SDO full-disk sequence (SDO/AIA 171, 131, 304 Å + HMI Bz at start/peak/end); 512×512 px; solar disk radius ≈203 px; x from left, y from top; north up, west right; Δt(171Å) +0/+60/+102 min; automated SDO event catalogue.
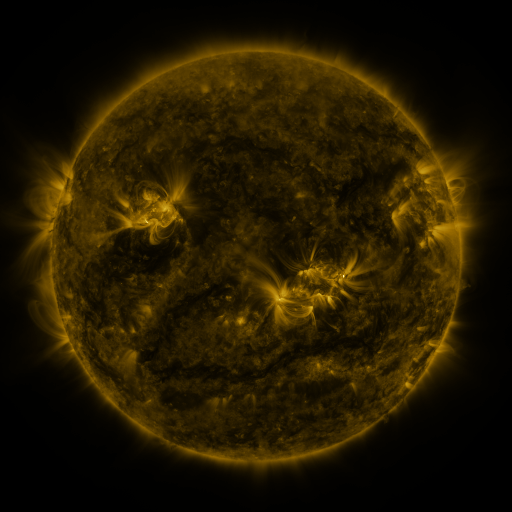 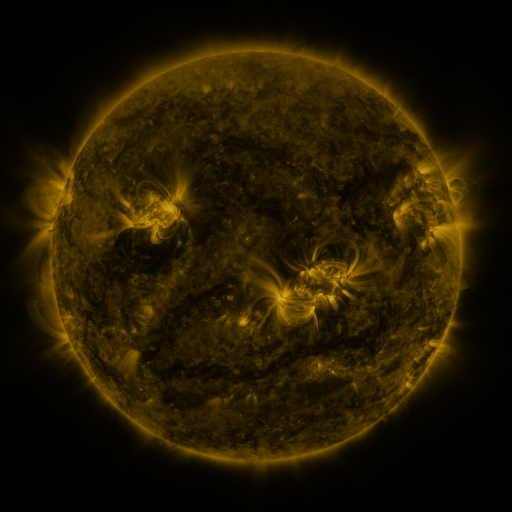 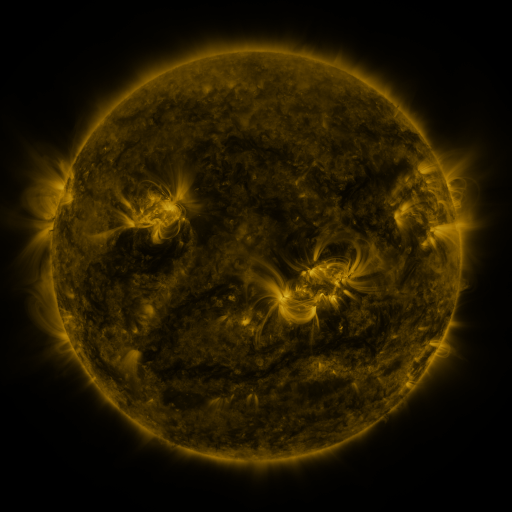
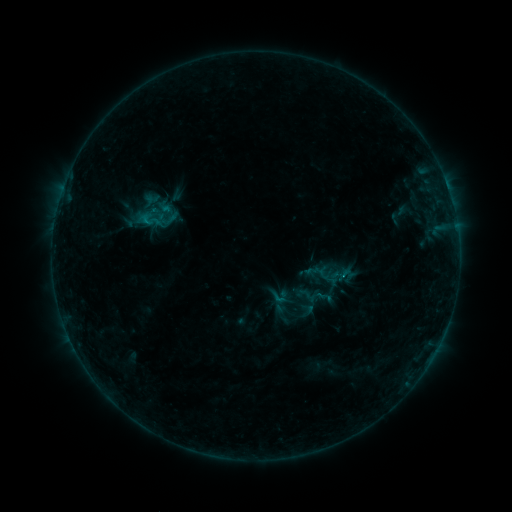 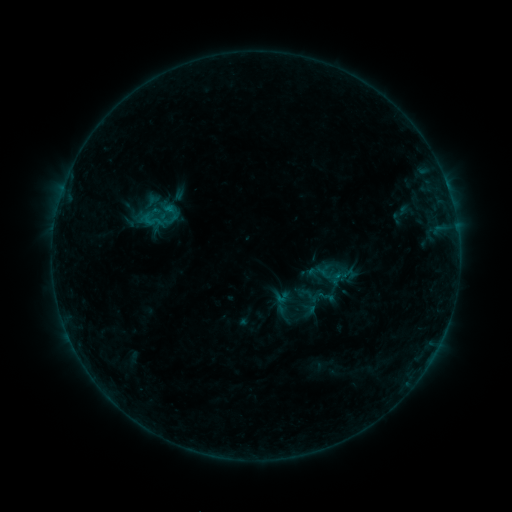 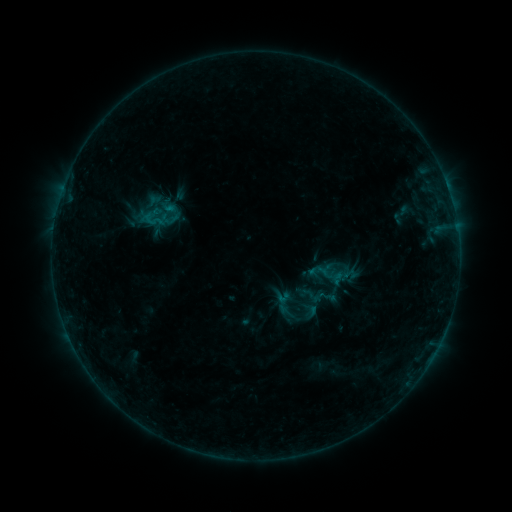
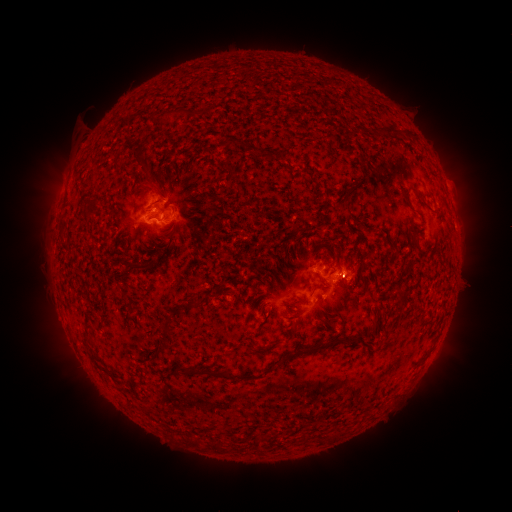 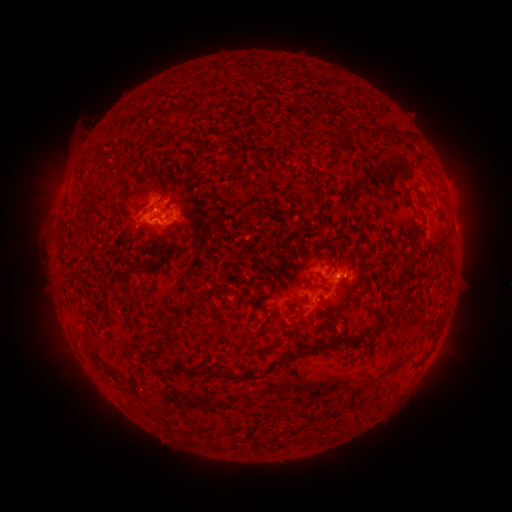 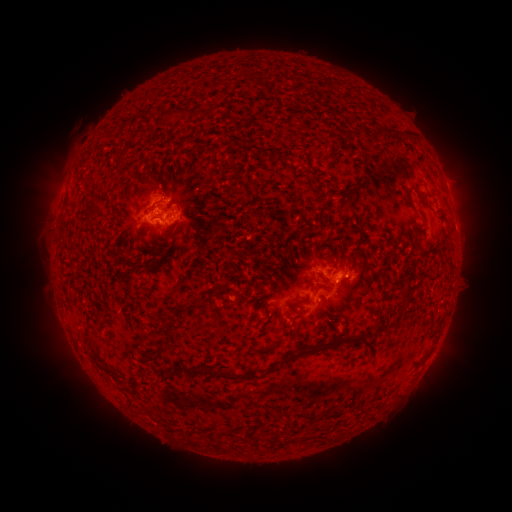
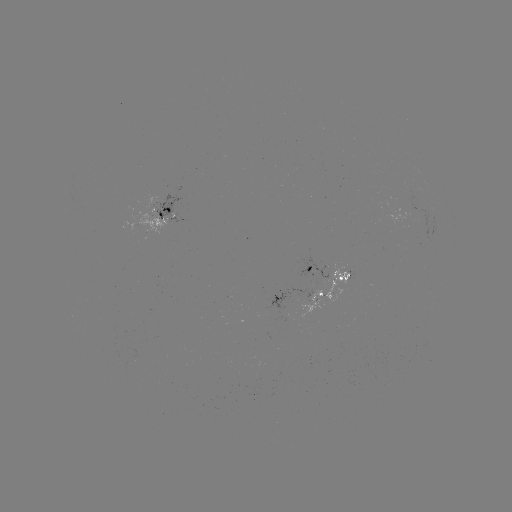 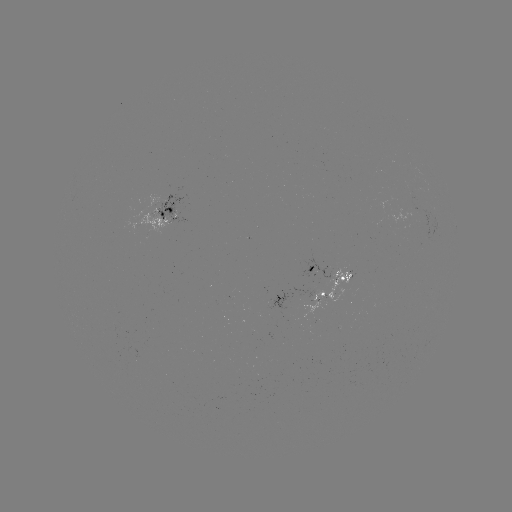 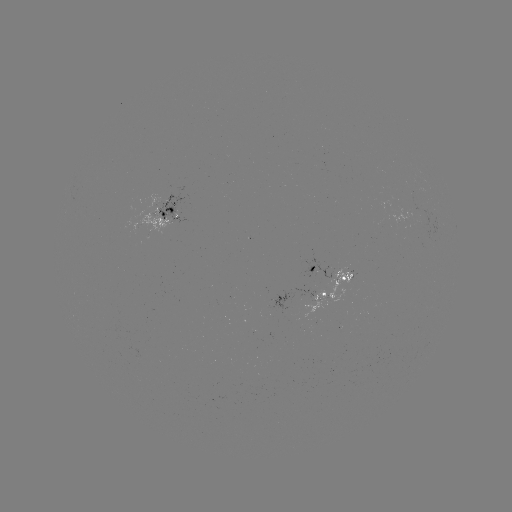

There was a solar emerging-flux region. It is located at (318, 293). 